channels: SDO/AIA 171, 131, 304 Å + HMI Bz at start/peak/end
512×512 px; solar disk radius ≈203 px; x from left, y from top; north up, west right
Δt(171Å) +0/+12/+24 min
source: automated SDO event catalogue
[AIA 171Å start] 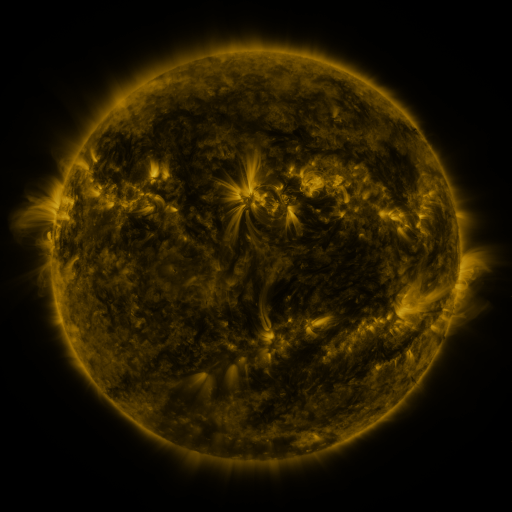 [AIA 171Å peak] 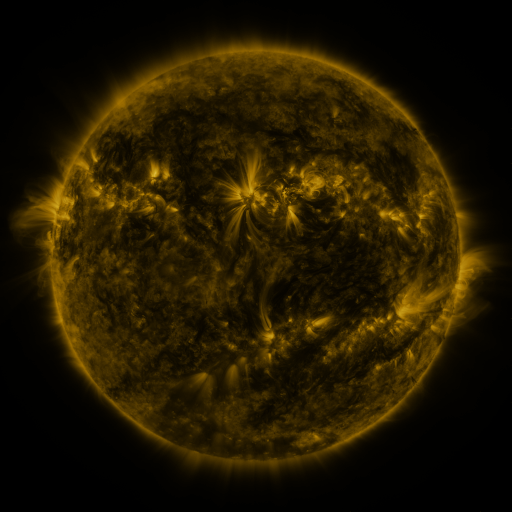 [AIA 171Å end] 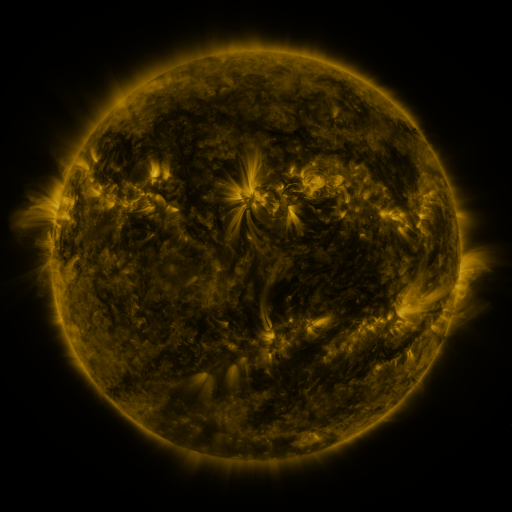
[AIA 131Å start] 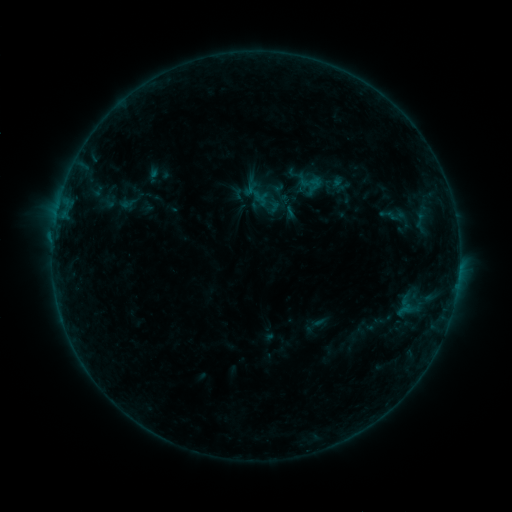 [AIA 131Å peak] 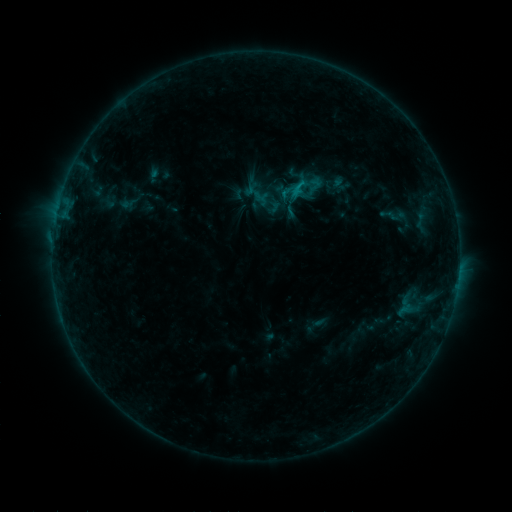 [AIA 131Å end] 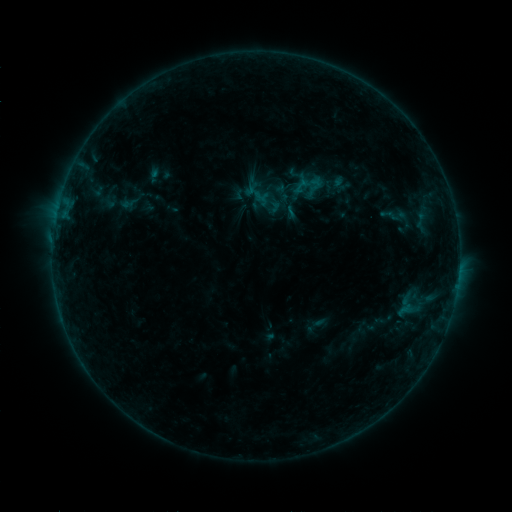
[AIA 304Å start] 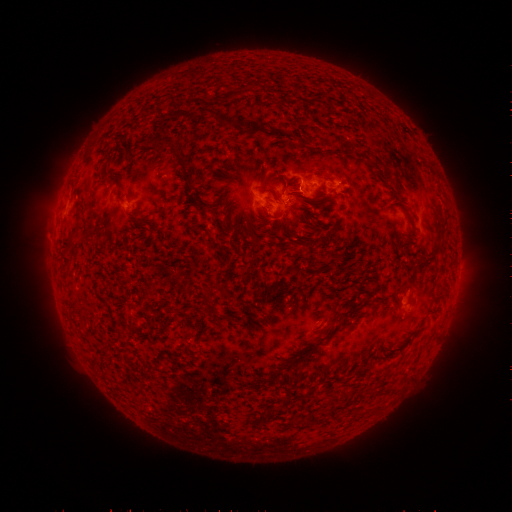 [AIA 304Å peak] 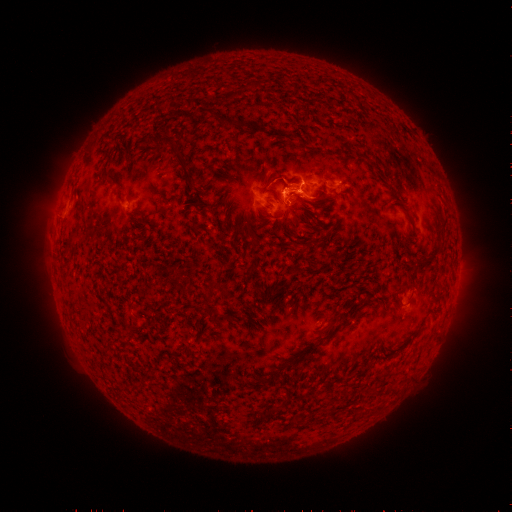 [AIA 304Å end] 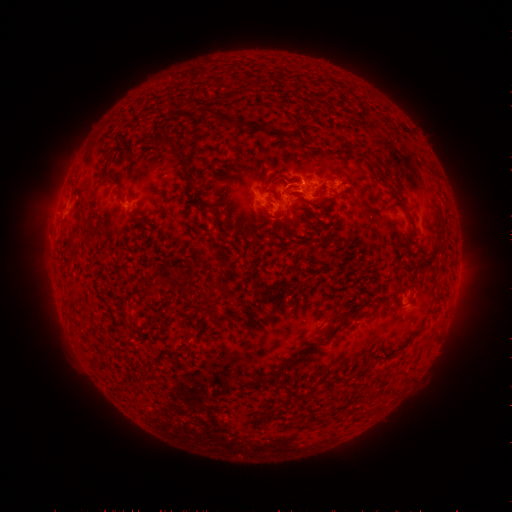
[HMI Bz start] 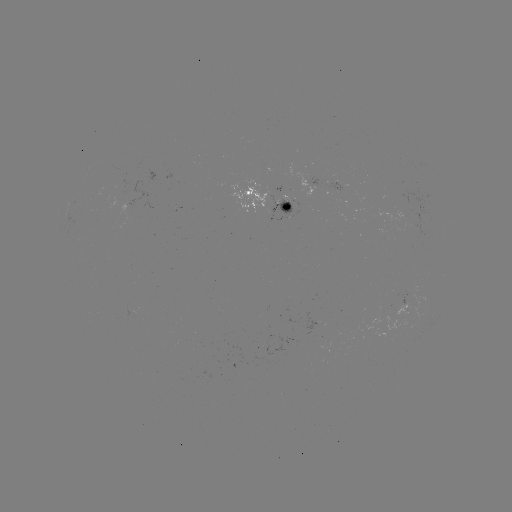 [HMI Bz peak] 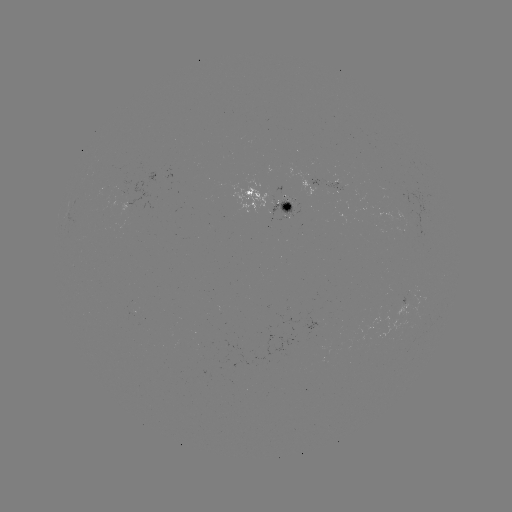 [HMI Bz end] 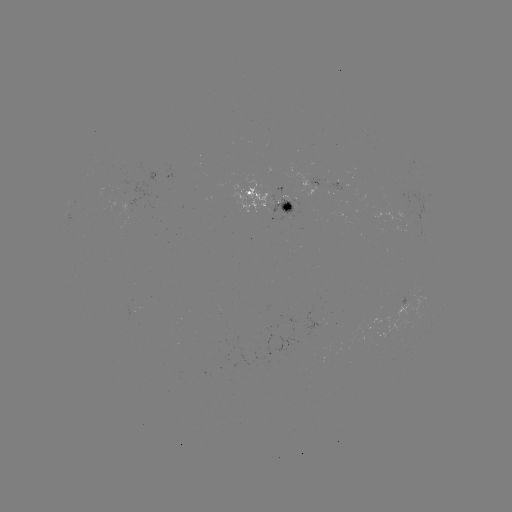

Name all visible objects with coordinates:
C1.1 flare: (296, 194)
